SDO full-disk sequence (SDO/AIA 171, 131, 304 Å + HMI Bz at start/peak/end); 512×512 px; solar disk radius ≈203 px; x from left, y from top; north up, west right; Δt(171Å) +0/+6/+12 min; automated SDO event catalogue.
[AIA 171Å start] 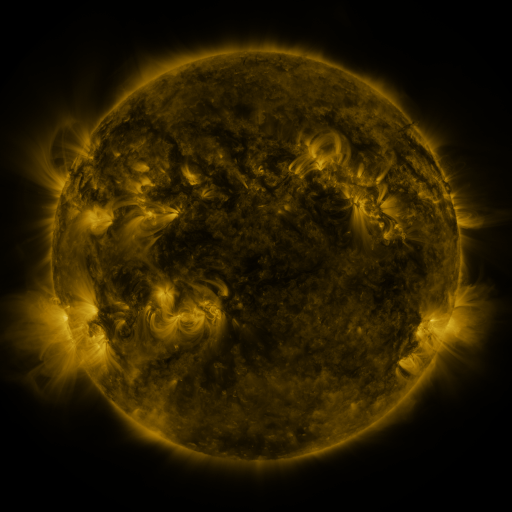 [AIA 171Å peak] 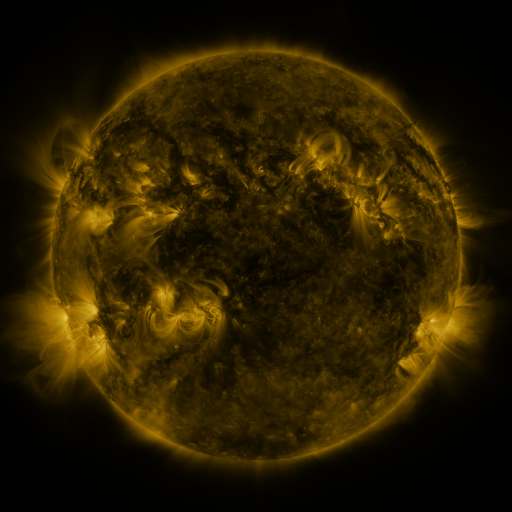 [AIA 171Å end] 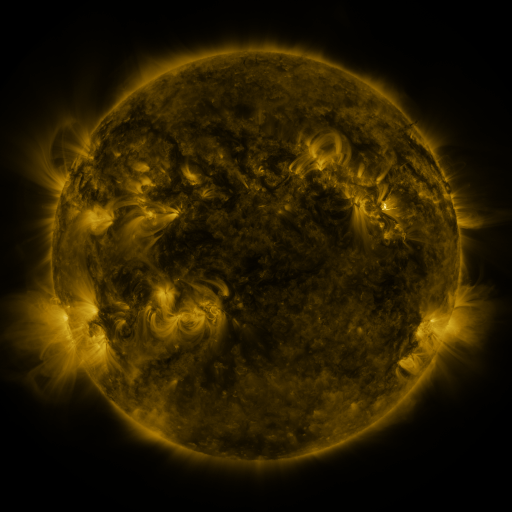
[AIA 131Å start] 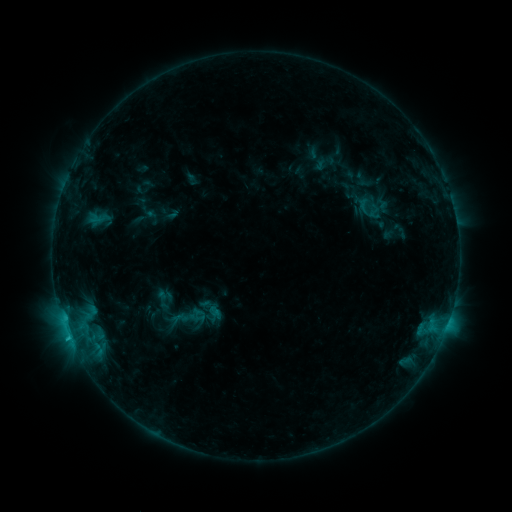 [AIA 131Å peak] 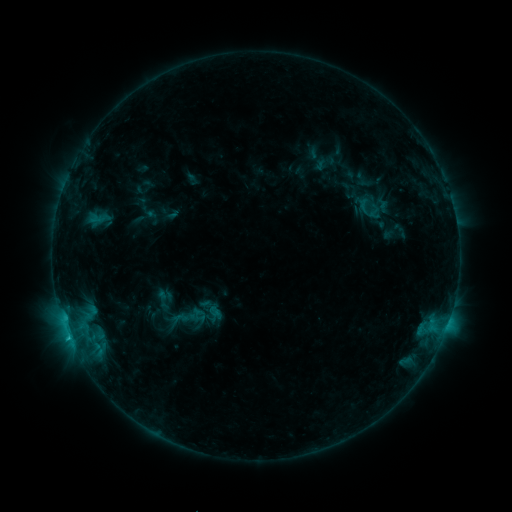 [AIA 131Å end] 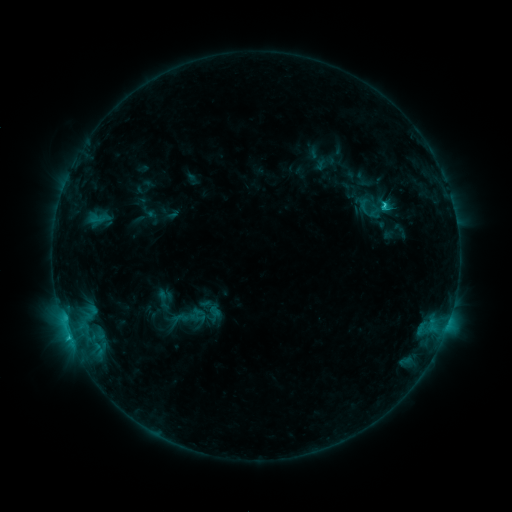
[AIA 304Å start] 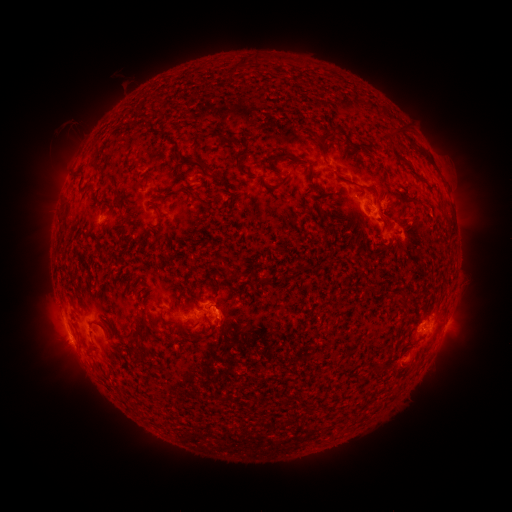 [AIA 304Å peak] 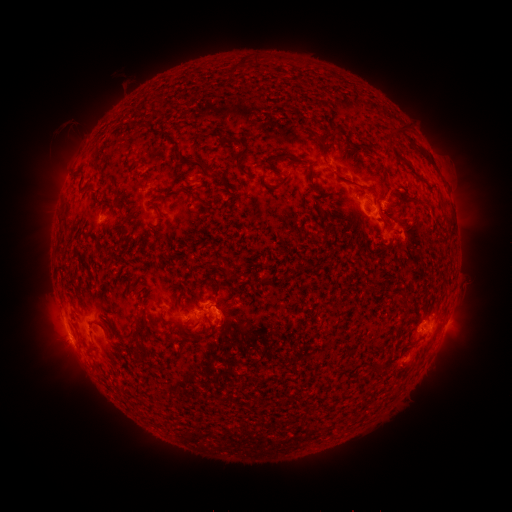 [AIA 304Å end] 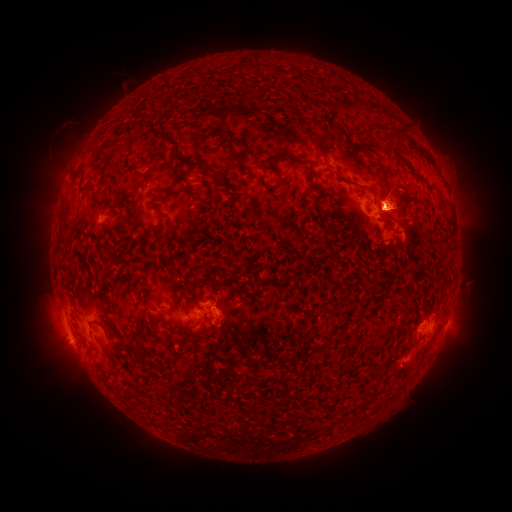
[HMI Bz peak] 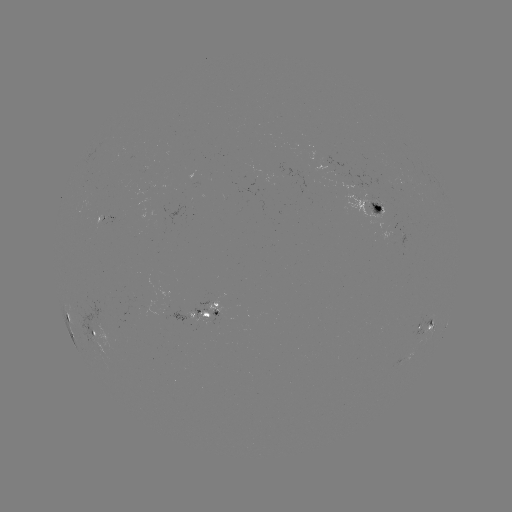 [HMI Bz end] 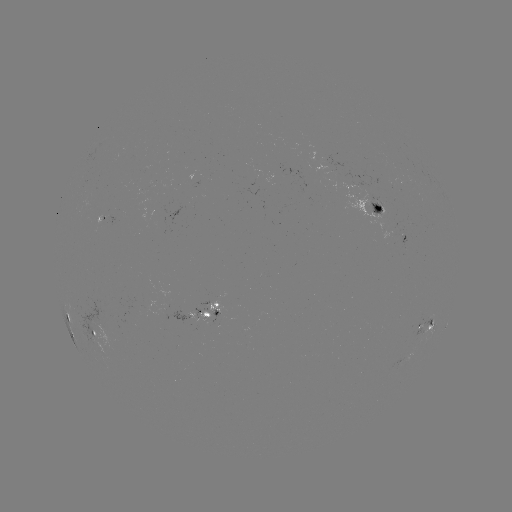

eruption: <bbox>347, 168, 428, 236</bbox>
